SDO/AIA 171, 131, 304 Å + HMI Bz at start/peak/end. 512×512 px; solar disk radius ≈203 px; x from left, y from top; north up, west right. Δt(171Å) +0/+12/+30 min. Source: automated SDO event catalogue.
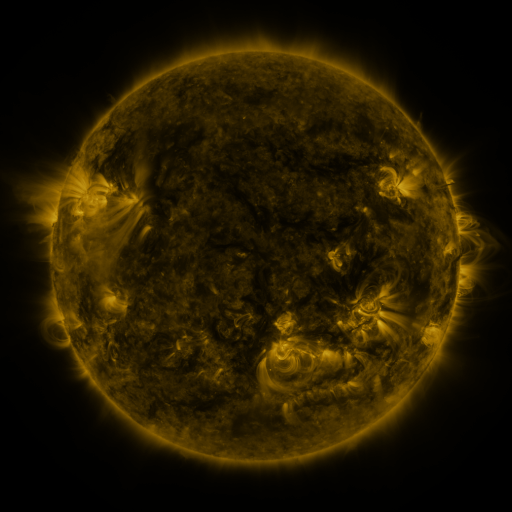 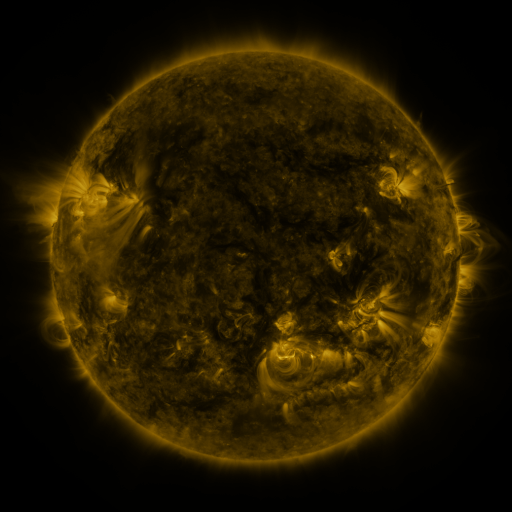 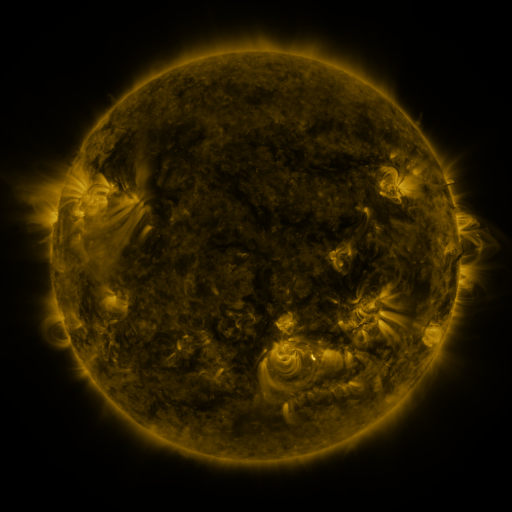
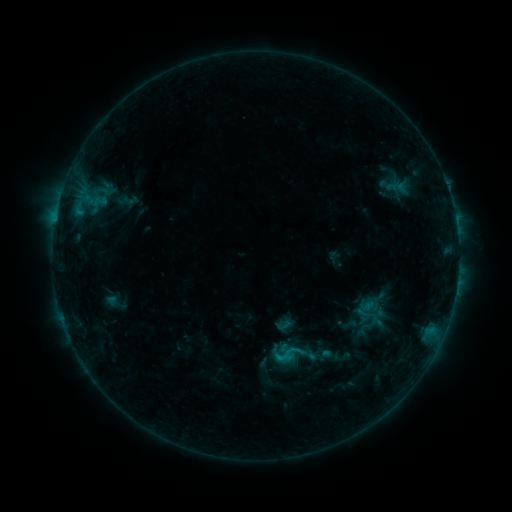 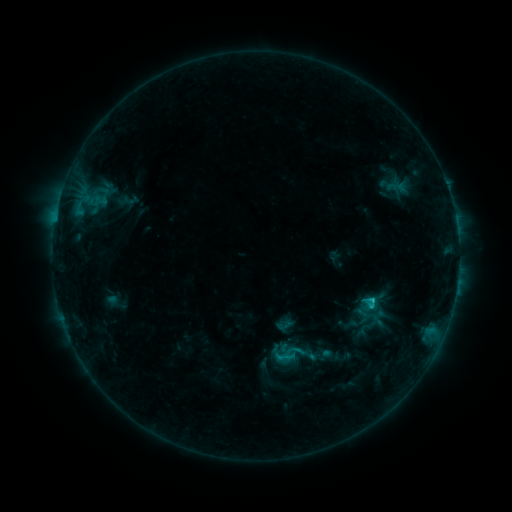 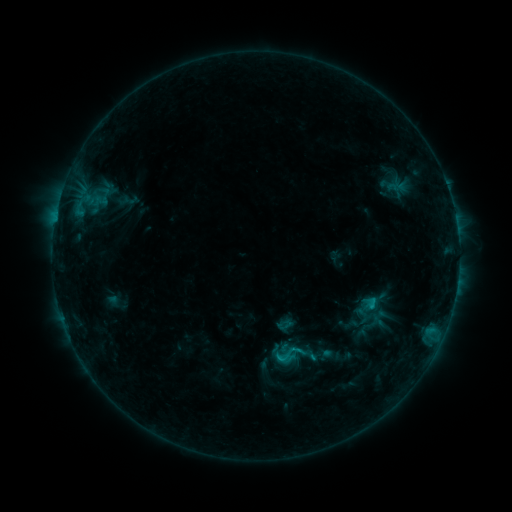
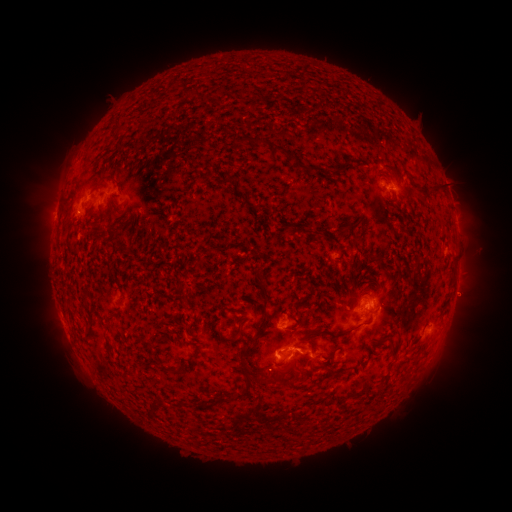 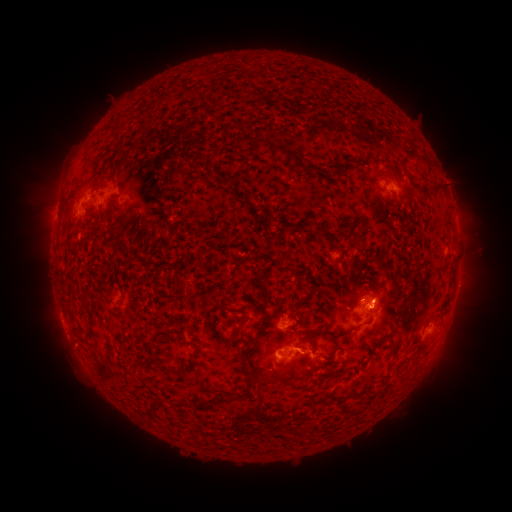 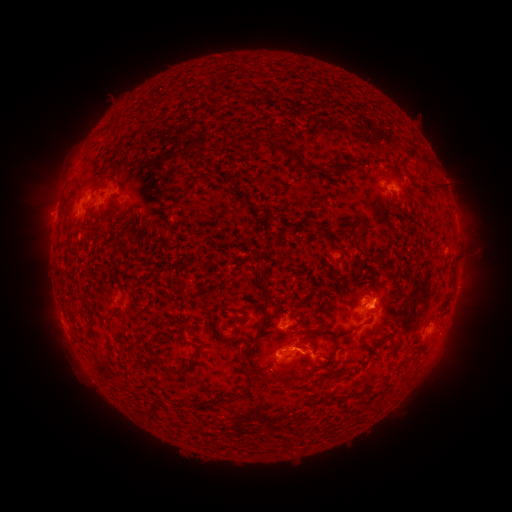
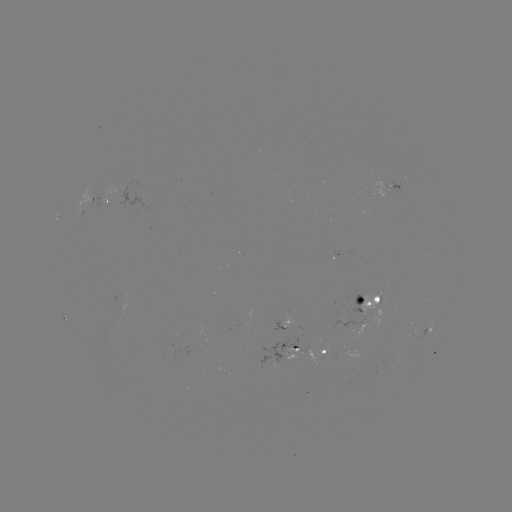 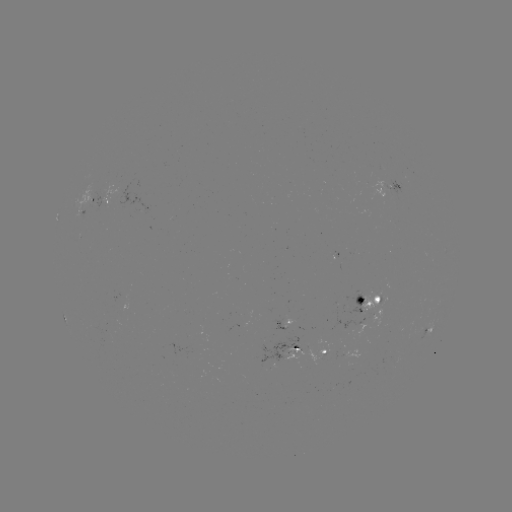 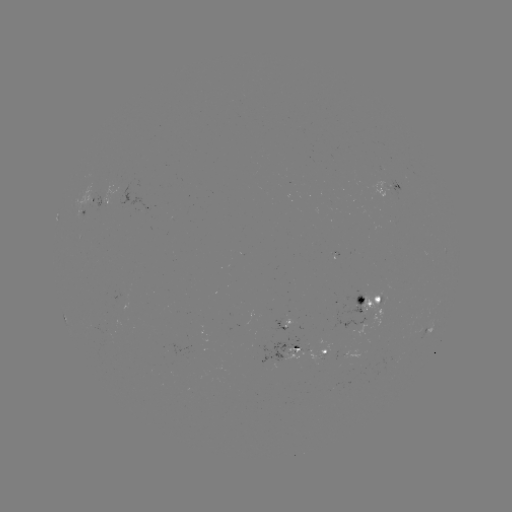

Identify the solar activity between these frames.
C1.5 flare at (372, 297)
